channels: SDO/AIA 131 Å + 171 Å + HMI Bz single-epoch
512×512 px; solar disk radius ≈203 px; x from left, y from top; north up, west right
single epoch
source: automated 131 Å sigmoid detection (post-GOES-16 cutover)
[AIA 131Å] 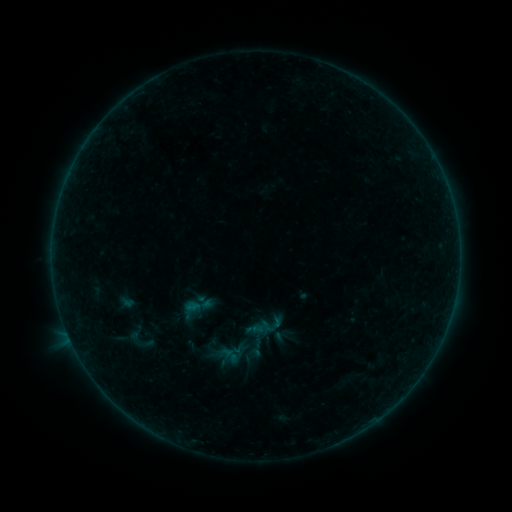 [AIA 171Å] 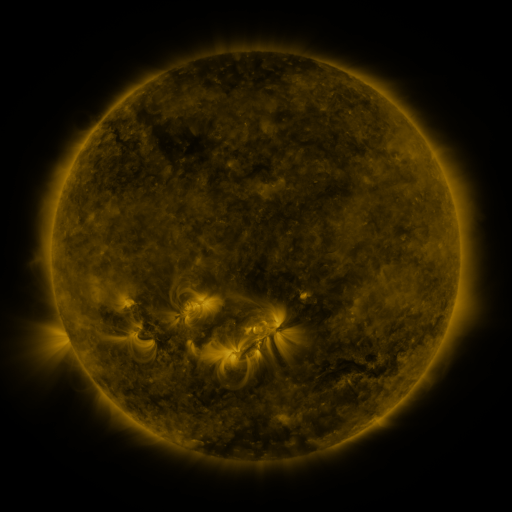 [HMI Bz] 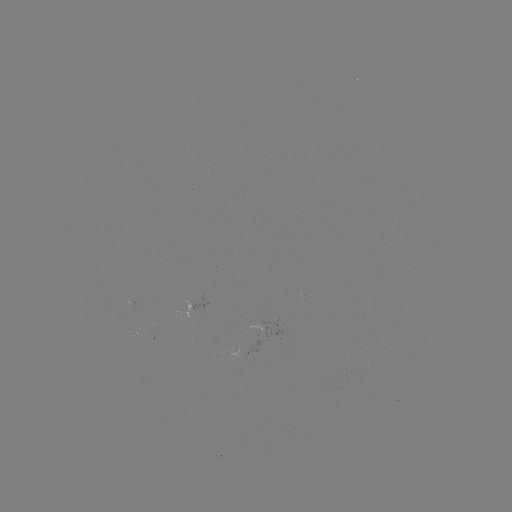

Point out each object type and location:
sigmoid: (137, 338)
sigmoid: (230, 356)
